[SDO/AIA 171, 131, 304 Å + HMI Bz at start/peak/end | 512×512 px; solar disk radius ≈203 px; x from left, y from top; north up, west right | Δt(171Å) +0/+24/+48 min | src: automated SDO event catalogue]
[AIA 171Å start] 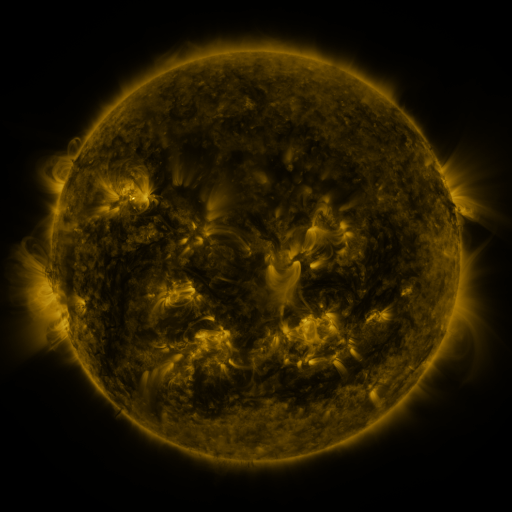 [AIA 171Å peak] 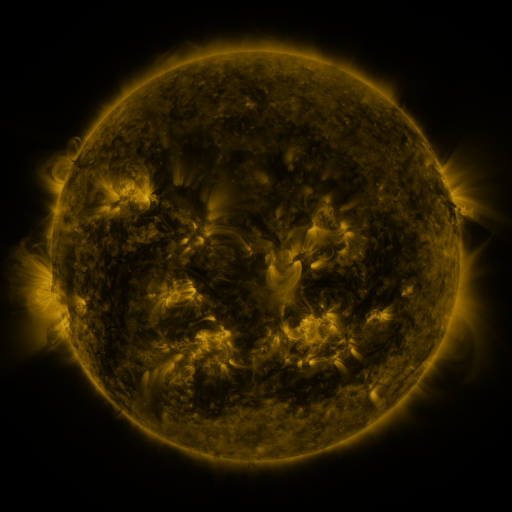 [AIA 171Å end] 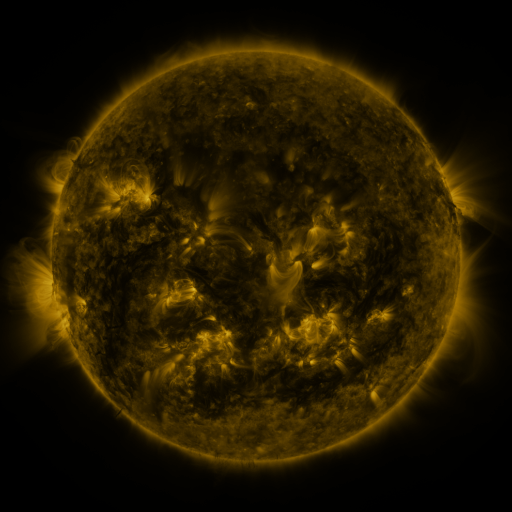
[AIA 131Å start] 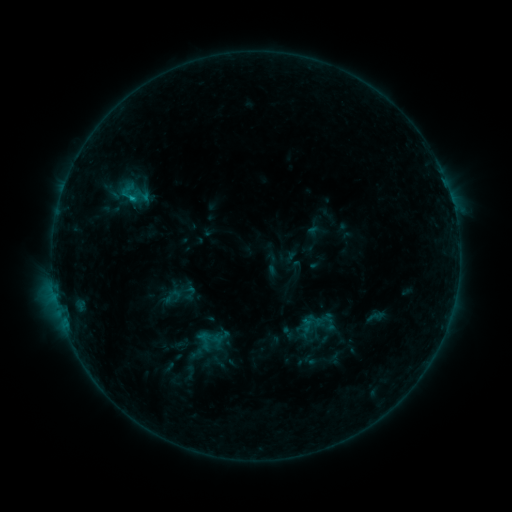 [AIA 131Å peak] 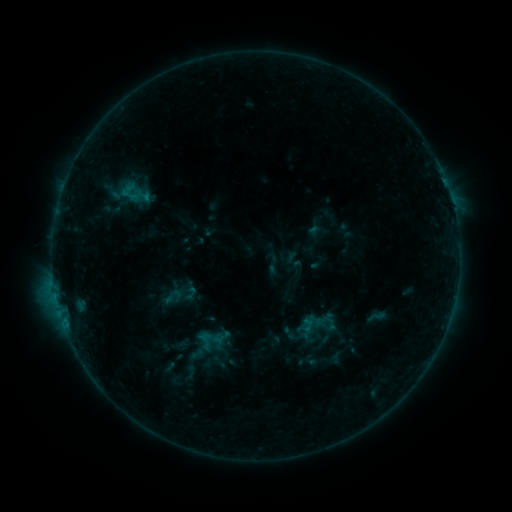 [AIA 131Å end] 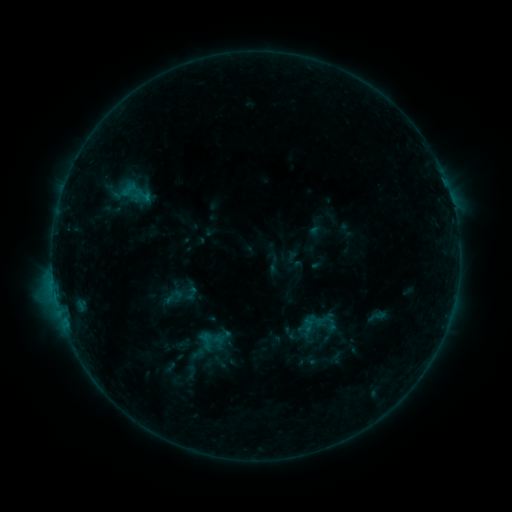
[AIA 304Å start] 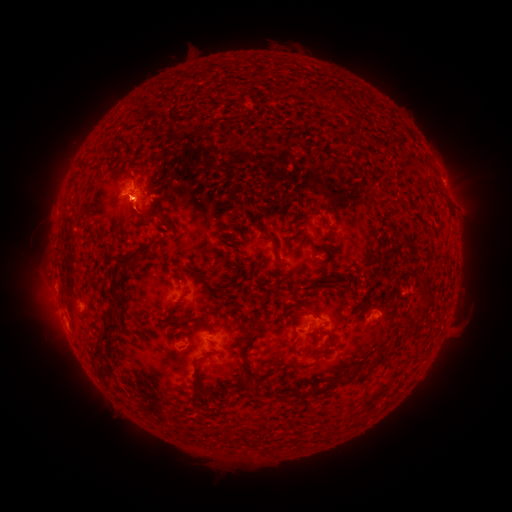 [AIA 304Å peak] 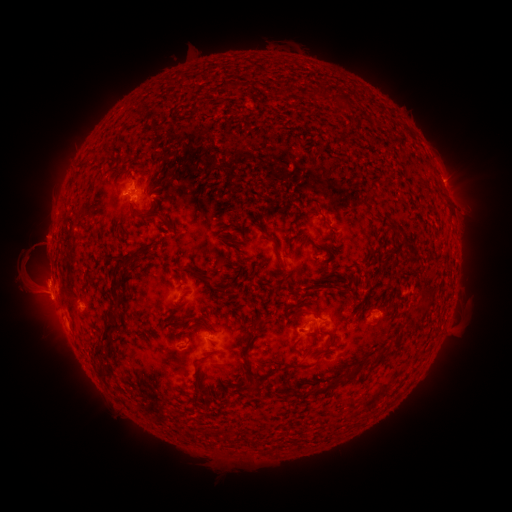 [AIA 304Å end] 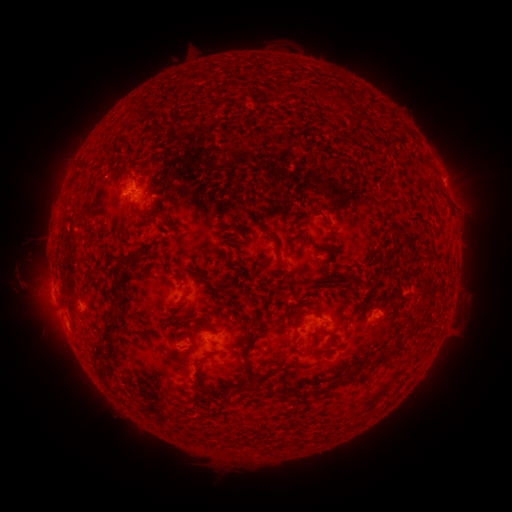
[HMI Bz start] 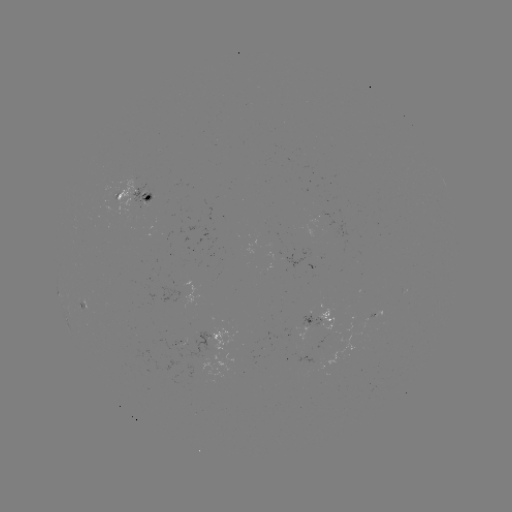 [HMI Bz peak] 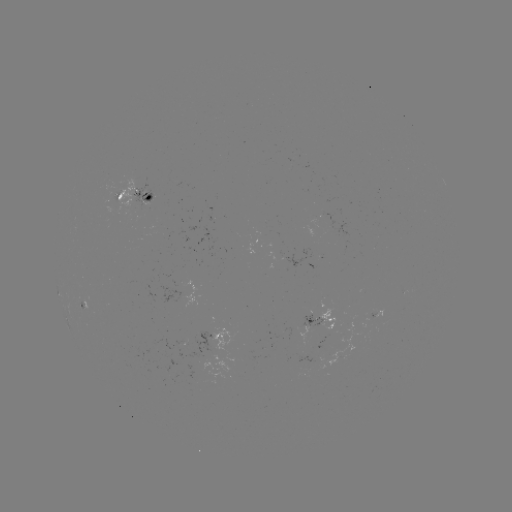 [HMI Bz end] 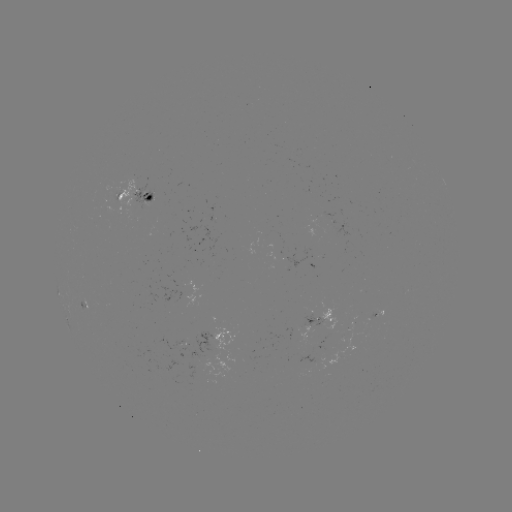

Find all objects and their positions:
eruption: (36, 273)
